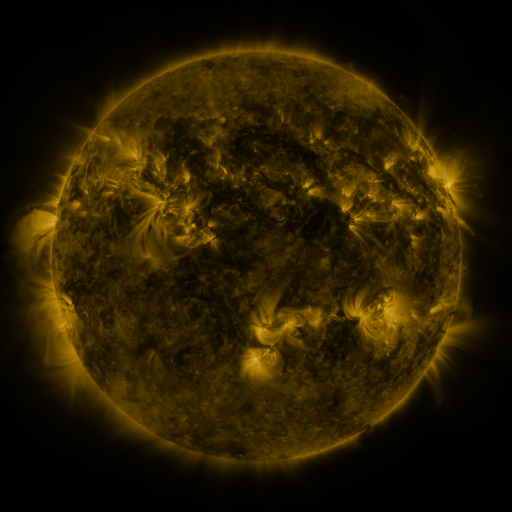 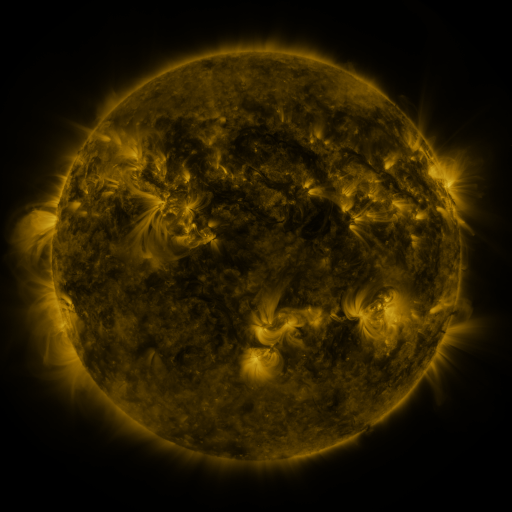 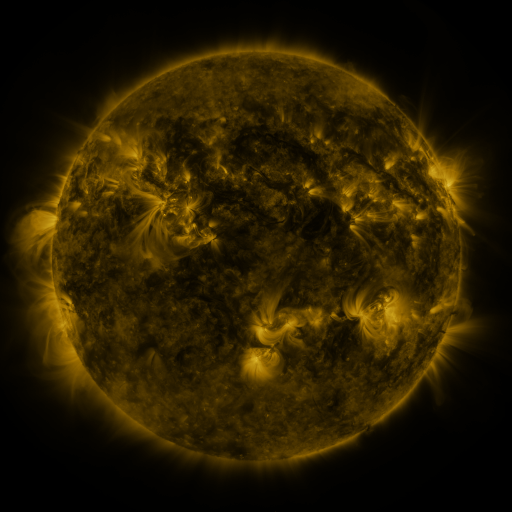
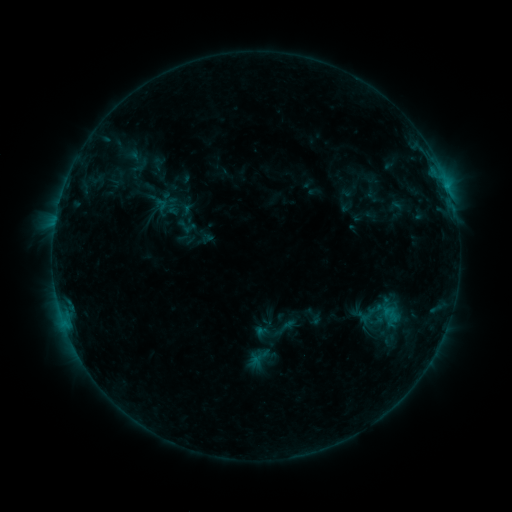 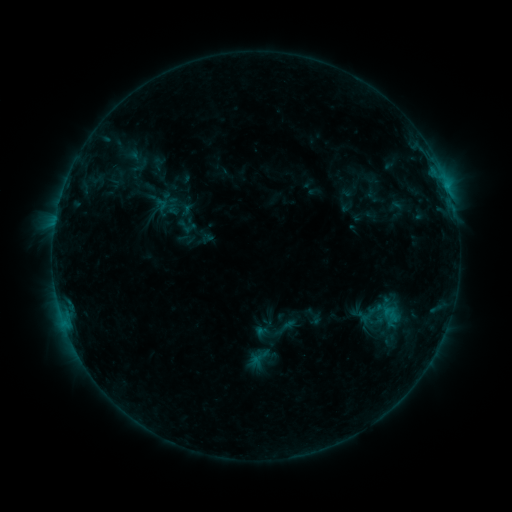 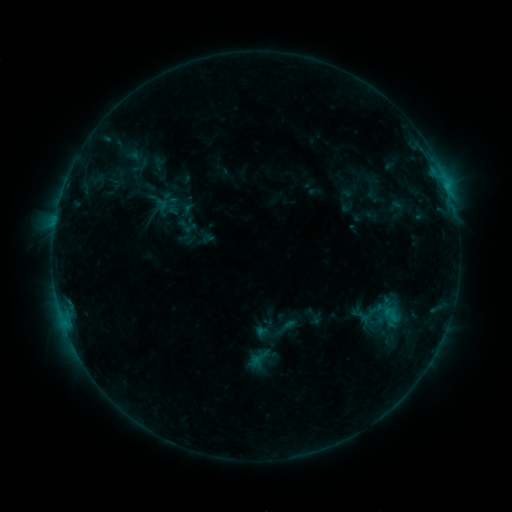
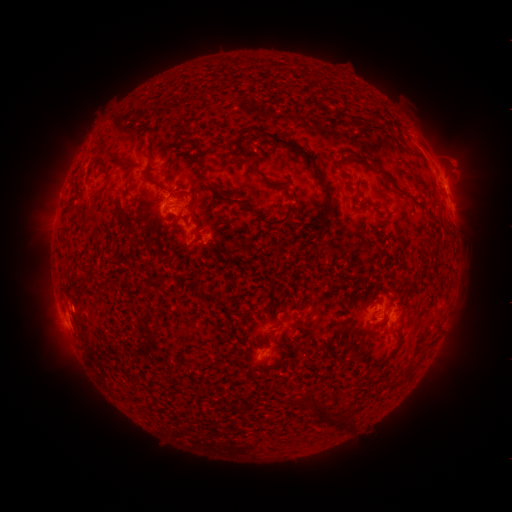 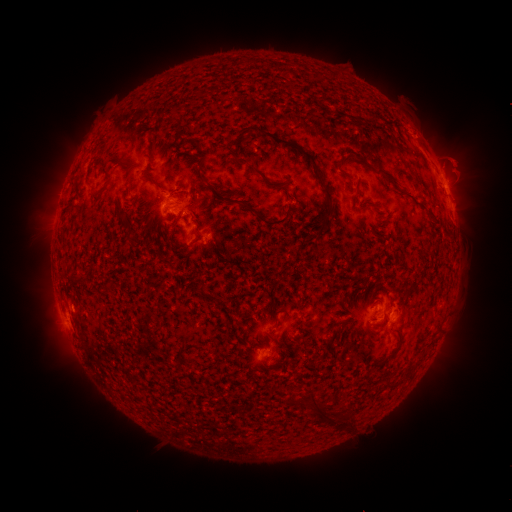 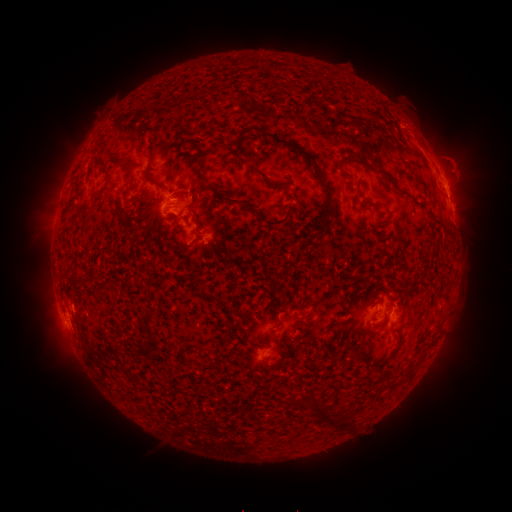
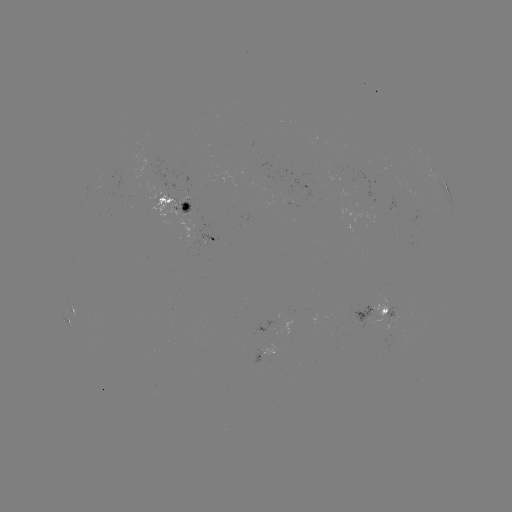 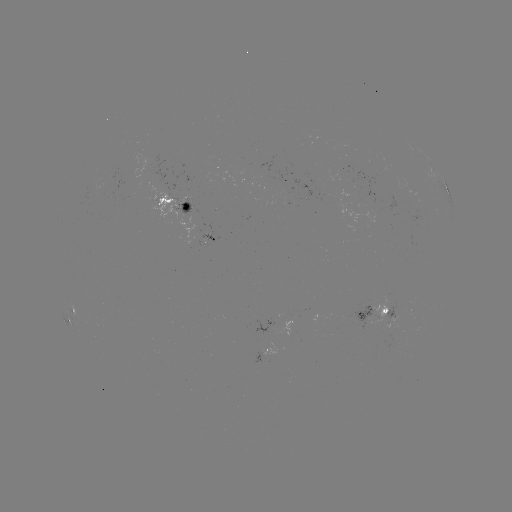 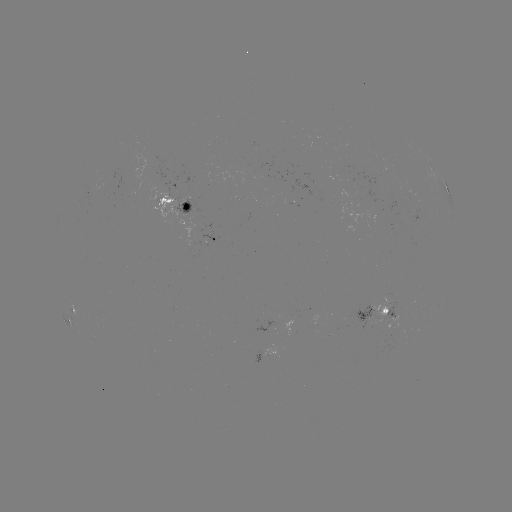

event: eruption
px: (419, 130)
